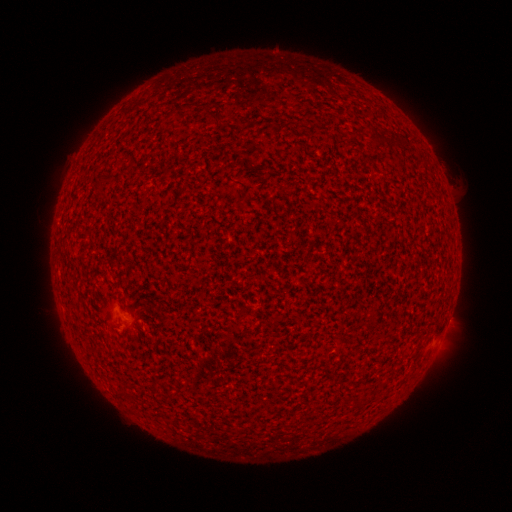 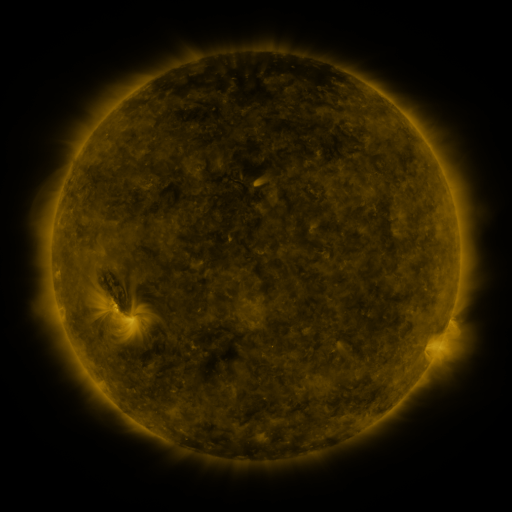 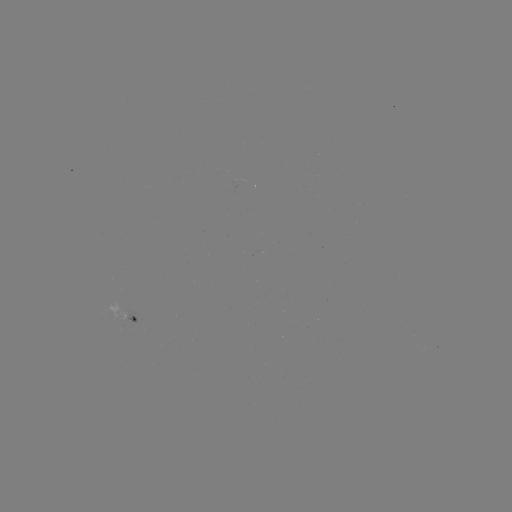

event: spotted active region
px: (128, 320)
